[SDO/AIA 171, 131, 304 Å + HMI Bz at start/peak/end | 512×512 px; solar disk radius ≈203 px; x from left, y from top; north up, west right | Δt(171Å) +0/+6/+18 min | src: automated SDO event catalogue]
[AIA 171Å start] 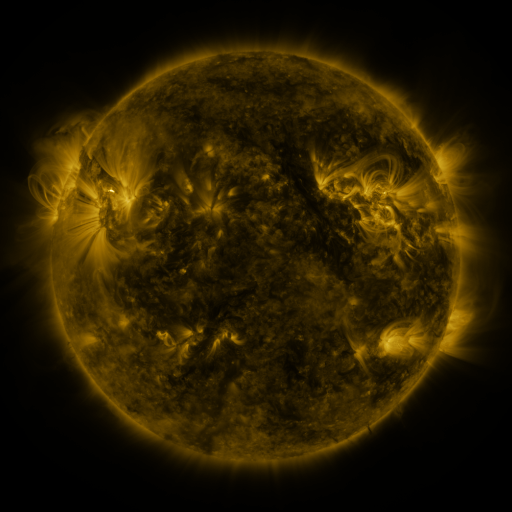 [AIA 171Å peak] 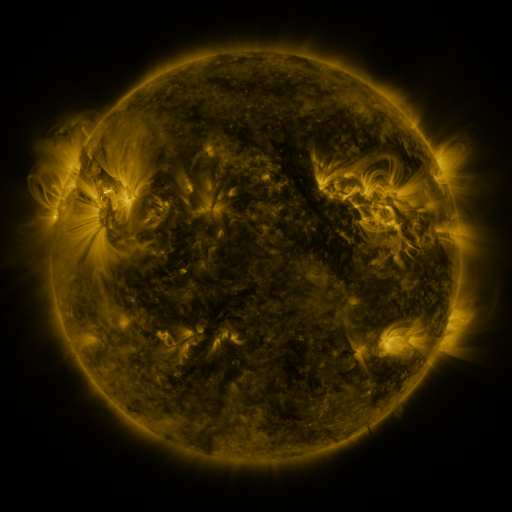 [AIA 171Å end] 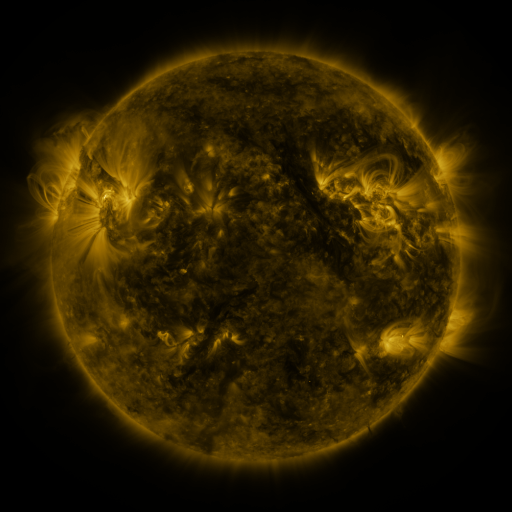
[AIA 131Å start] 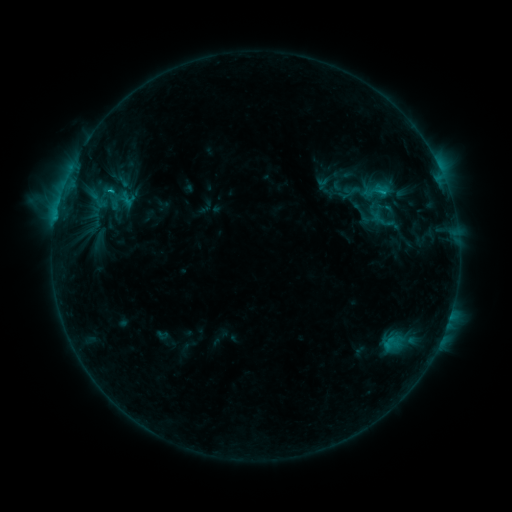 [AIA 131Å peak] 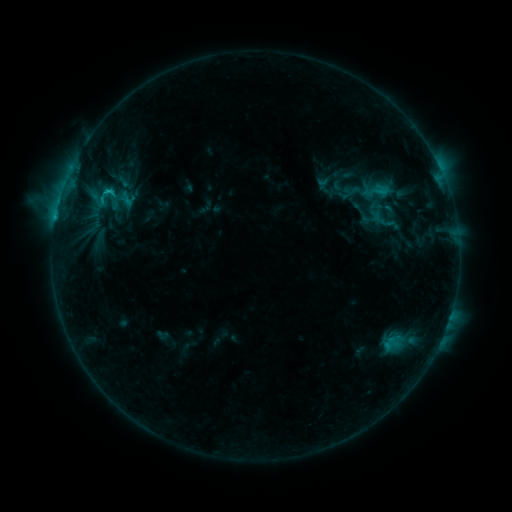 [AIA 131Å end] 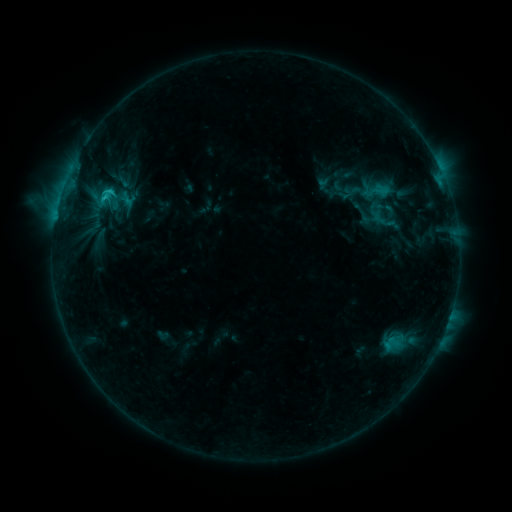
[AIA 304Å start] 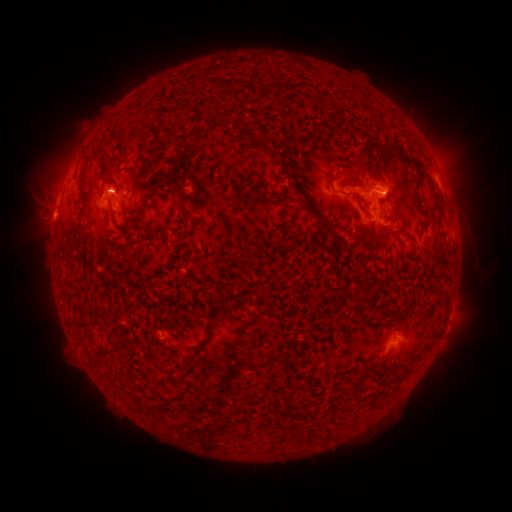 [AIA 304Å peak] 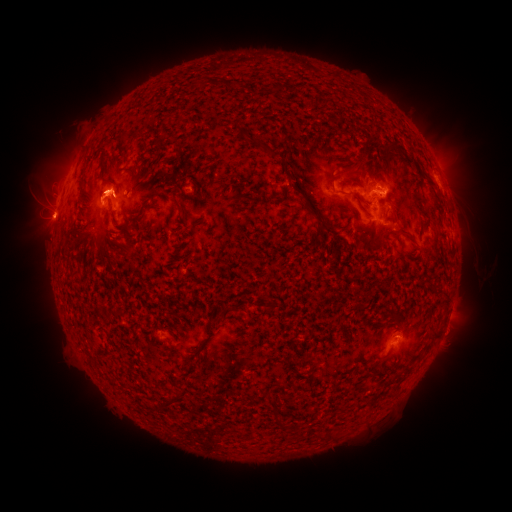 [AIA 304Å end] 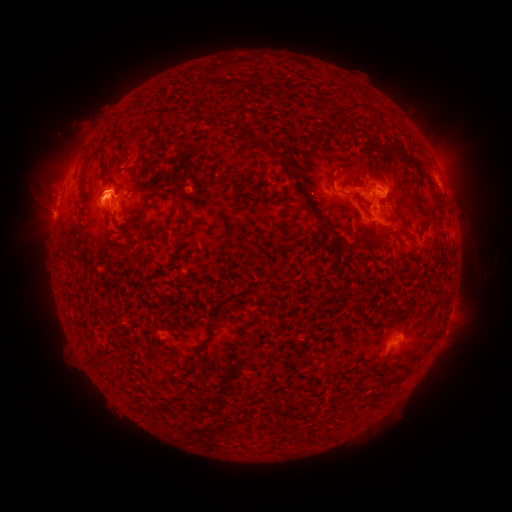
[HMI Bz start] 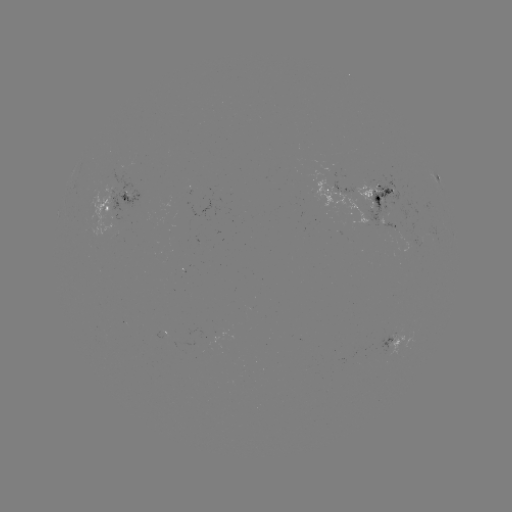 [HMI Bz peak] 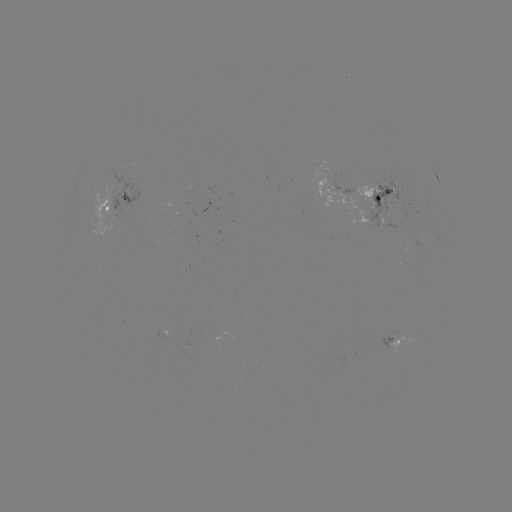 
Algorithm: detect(eruption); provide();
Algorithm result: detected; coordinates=104,188